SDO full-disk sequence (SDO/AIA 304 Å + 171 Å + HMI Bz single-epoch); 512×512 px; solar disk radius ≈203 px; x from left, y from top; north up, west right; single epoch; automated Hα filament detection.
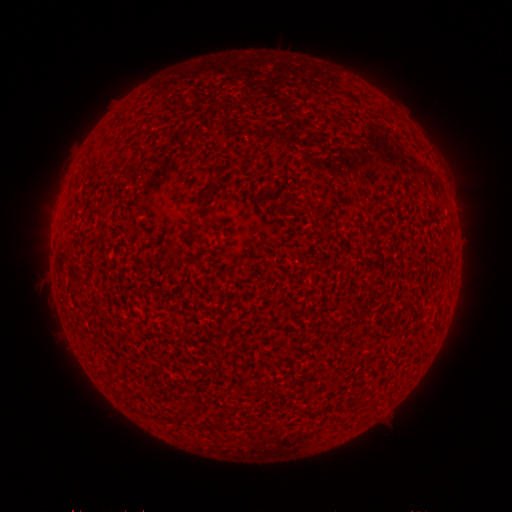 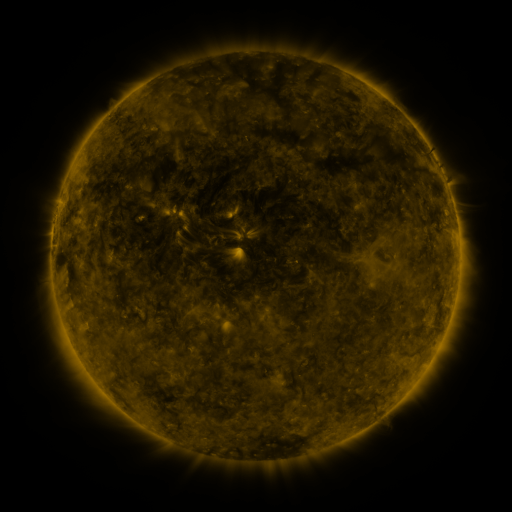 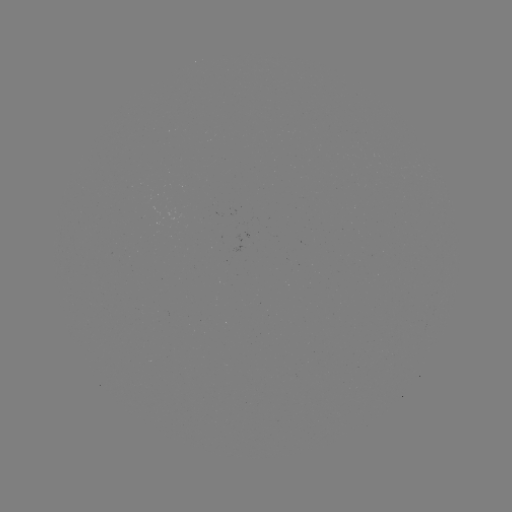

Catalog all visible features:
filament: (209, 188)
filament: (205, 220)
